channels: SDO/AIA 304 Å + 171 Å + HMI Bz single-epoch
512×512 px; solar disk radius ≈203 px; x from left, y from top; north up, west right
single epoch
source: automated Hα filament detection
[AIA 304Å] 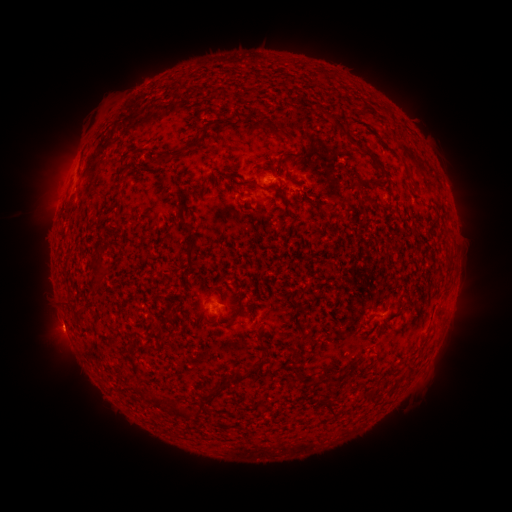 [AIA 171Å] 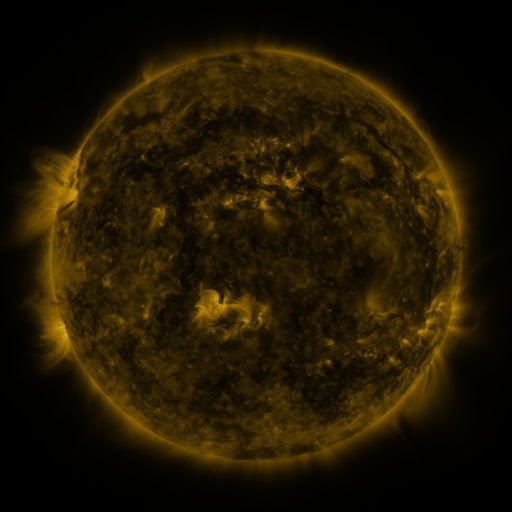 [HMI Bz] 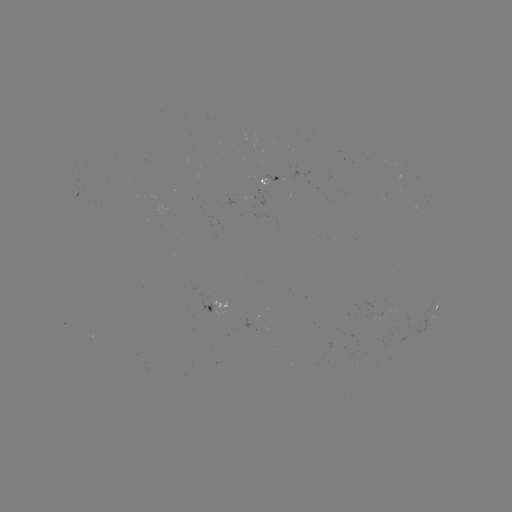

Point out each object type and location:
filament: [271, 124, 296, 146]
filament: [192, 136, 202, 145]
filament: [285, 152, 299, 160]
filament: [155, 153, 169, 167]
filament: [406, 167, 415, 183]
filament: [371, 180, 379, 189]
filament: [361, 194, 372, 202]
filament: [186, 251, 193, 262]
filament: [227, 312, 239, 322]
filament: [294, 333, 303, 343]
filament: [230, 364, 262, 383]
filament: [404, 365, 414, 376]
filament: [291, 367, 301, 376]
filament: [324, 375, 336, 383]
filament: [200, 387, 218, 401]
filament: [147, 390, 165, 407]
filament: [362, 392, 375, 405]
filament: [323, 399, 335, 417]
filament: [168, 404, 191, 419]
